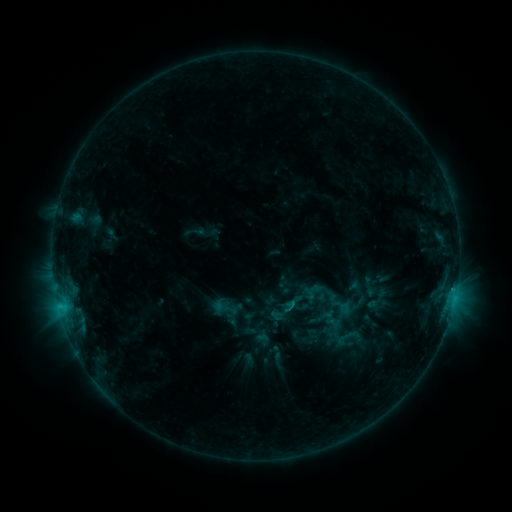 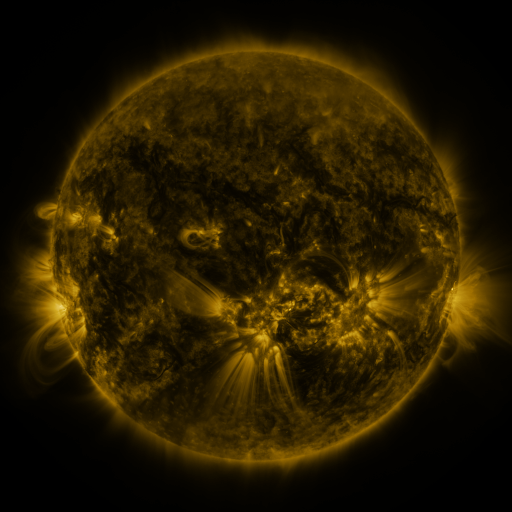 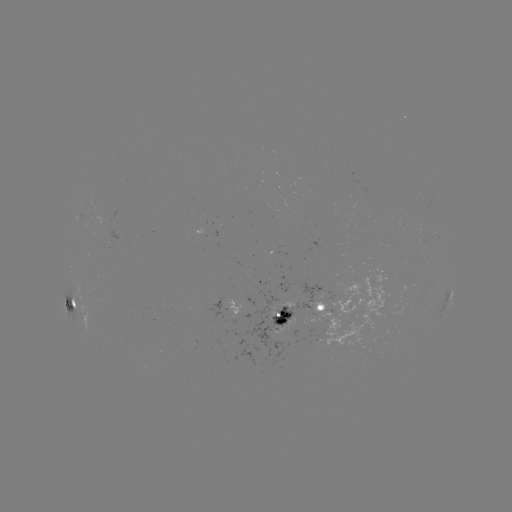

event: sigmoid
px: (294, 302)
